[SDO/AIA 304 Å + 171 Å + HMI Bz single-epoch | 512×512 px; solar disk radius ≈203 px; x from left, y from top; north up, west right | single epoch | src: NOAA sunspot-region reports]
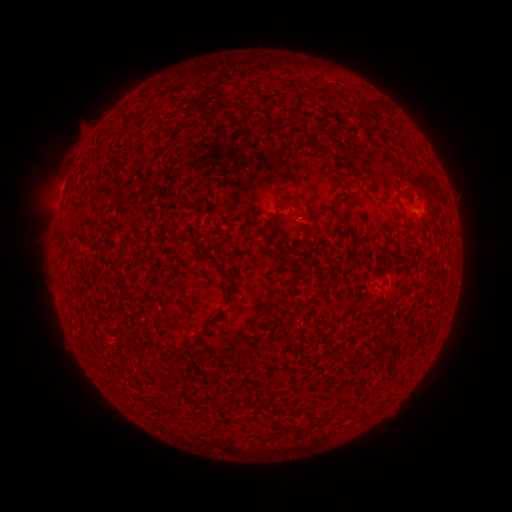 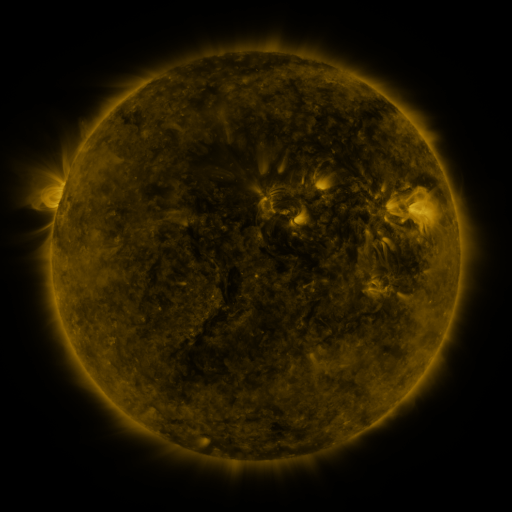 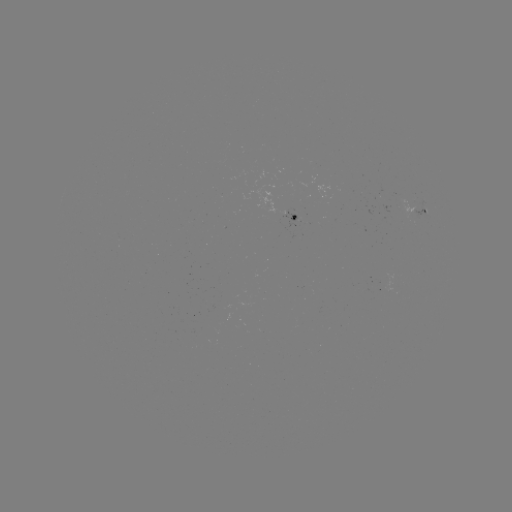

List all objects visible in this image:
spotted active region: (418, 213)
spotted active region: (297, 219)
